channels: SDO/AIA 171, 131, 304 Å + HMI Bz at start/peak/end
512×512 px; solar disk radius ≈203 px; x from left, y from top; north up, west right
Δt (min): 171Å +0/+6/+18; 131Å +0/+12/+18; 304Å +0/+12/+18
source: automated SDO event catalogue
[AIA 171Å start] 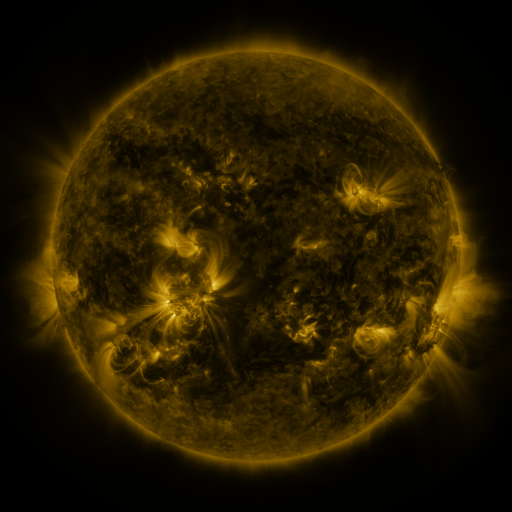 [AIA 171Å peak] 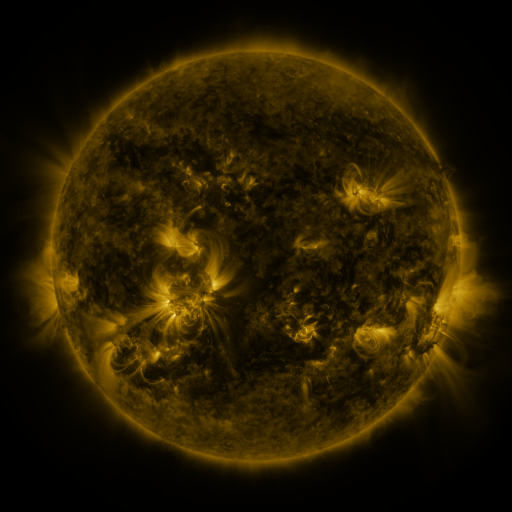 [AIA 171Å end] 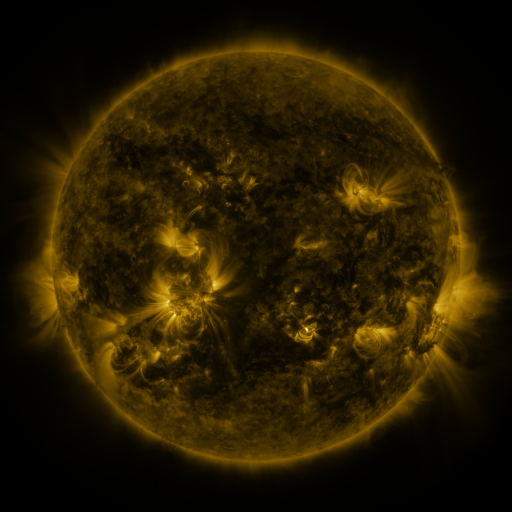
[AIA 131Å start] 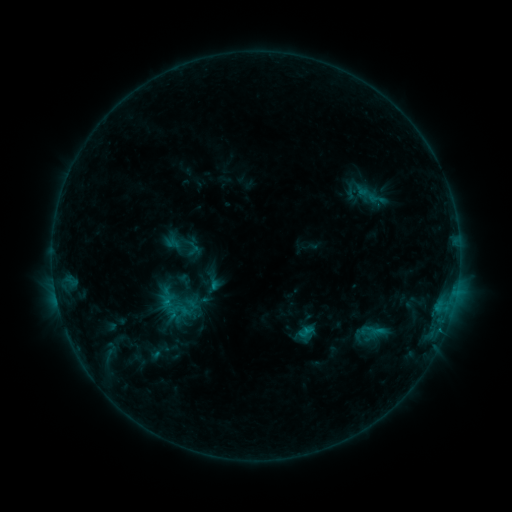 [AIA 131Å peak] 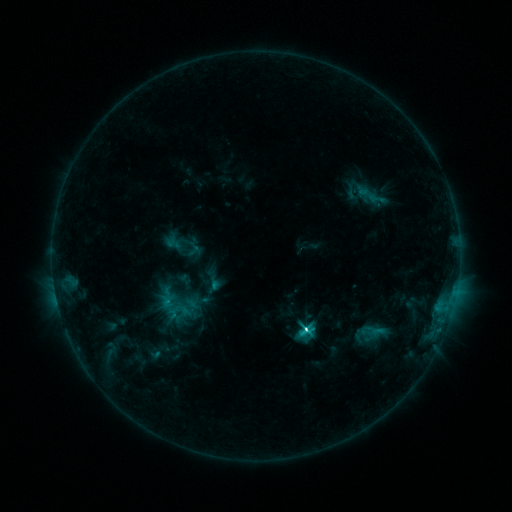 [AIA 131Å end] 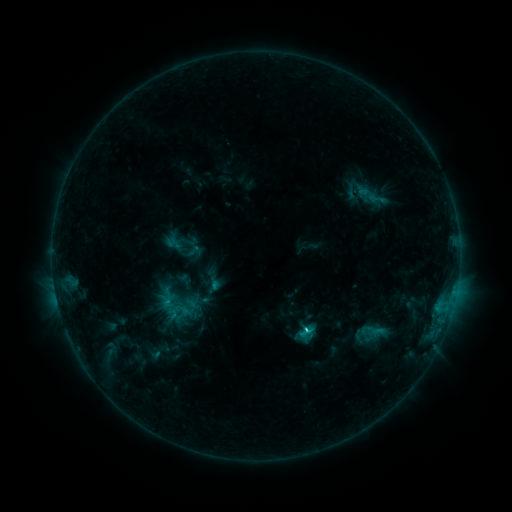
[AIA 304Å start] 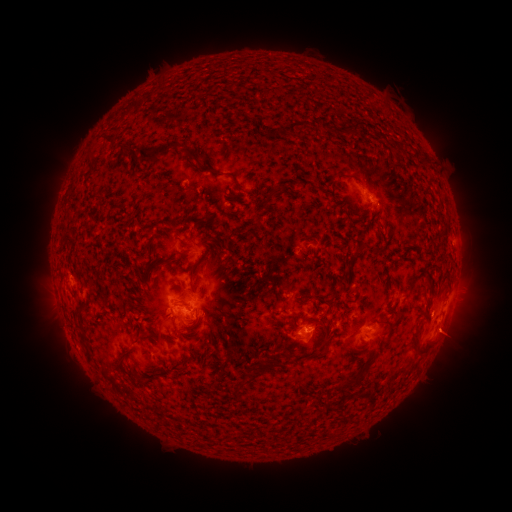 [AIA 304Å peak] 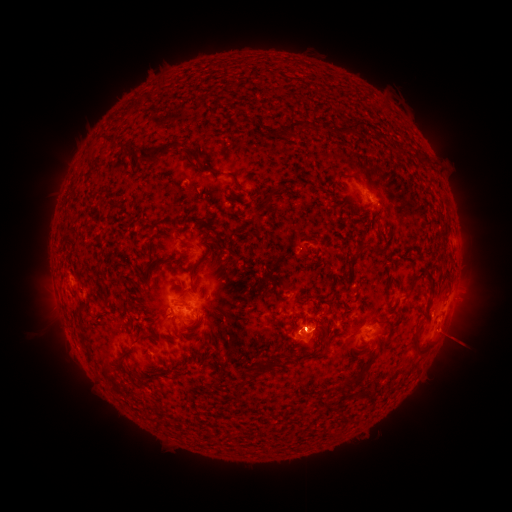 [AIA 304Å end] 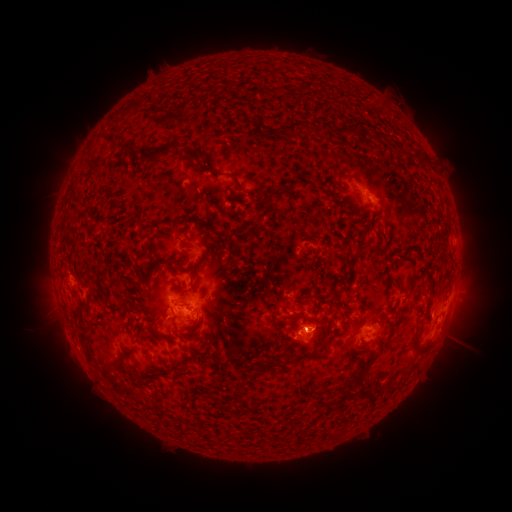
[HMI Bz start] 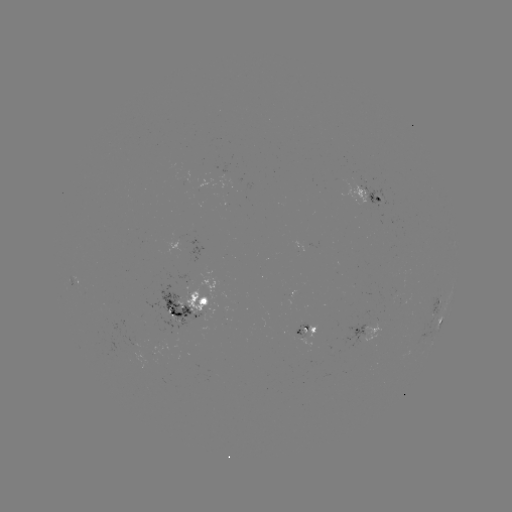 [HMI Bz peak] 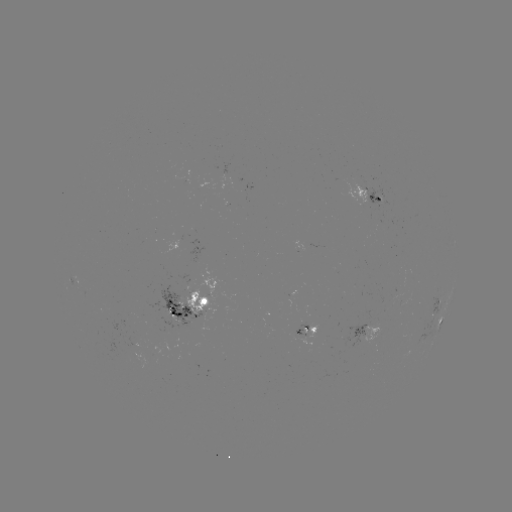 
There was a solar flare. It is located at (303, 327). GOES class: C4.3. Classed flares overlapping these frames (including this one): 1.